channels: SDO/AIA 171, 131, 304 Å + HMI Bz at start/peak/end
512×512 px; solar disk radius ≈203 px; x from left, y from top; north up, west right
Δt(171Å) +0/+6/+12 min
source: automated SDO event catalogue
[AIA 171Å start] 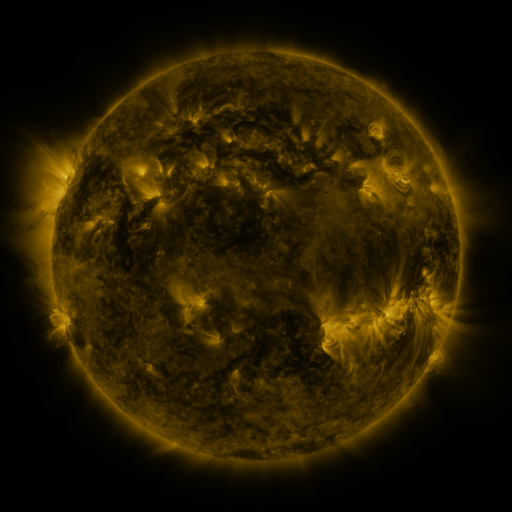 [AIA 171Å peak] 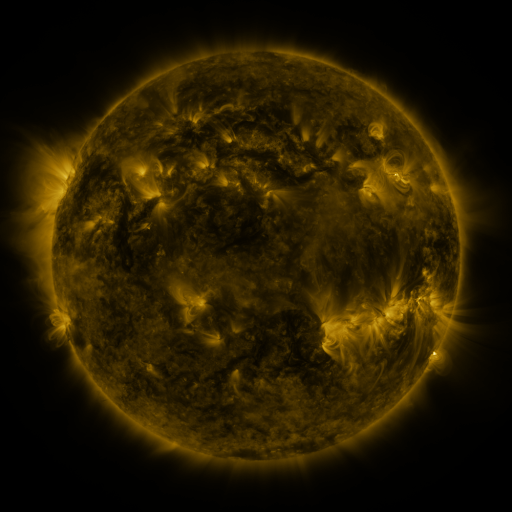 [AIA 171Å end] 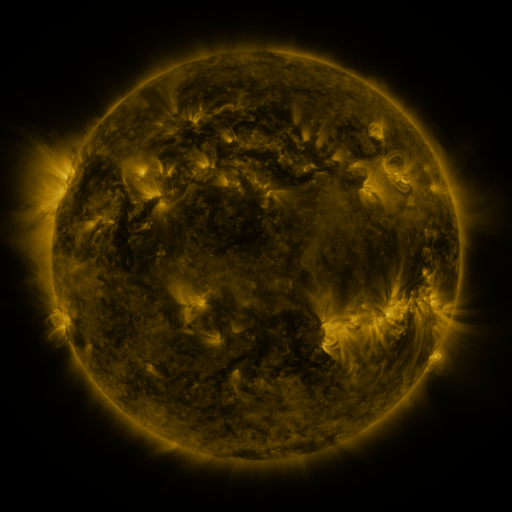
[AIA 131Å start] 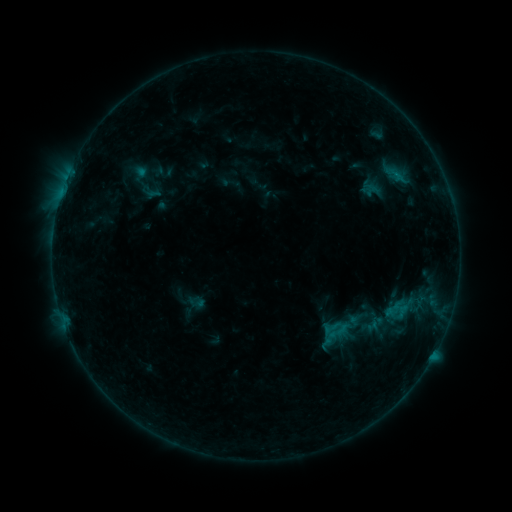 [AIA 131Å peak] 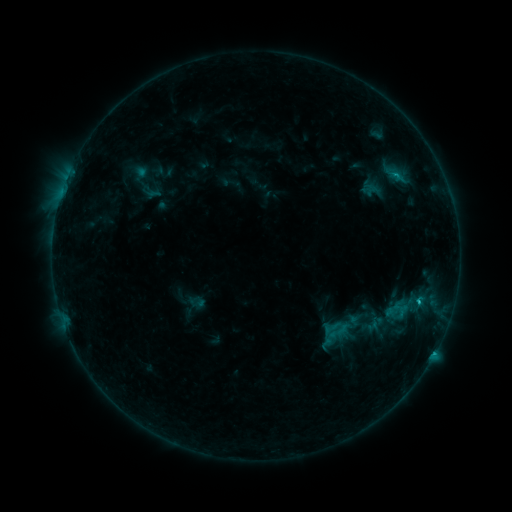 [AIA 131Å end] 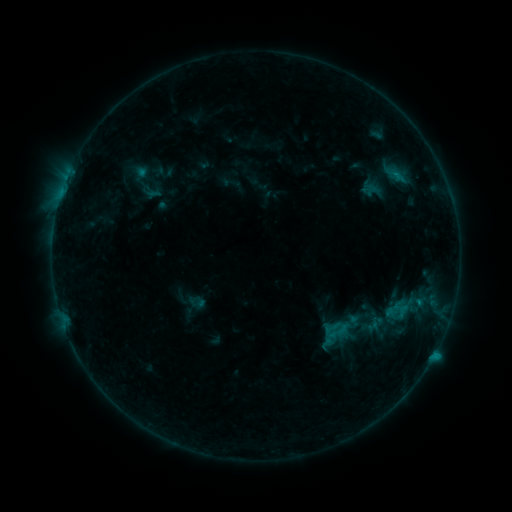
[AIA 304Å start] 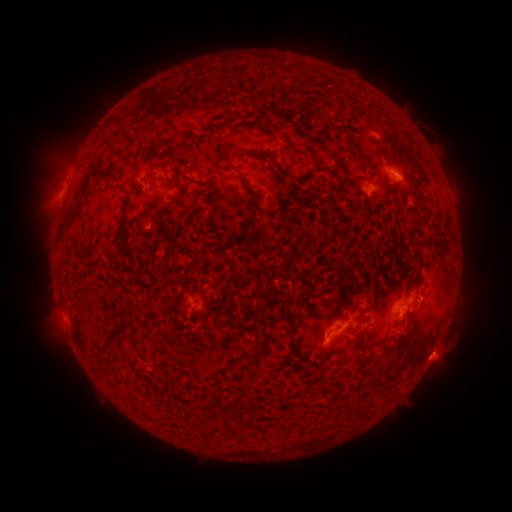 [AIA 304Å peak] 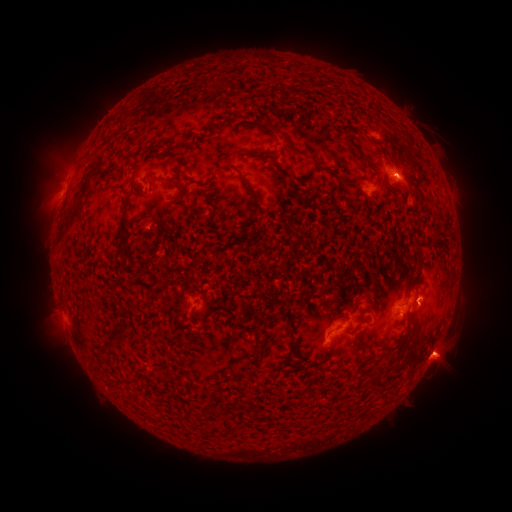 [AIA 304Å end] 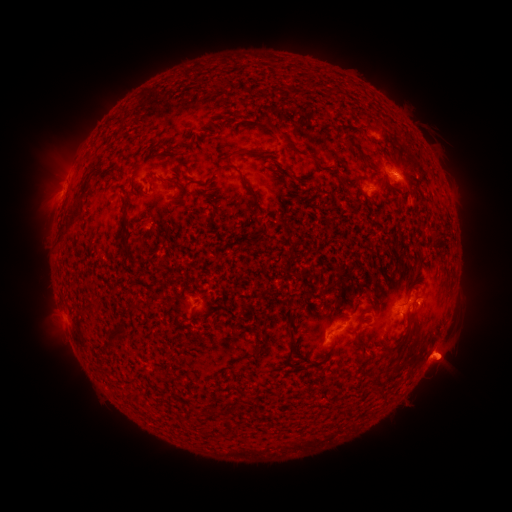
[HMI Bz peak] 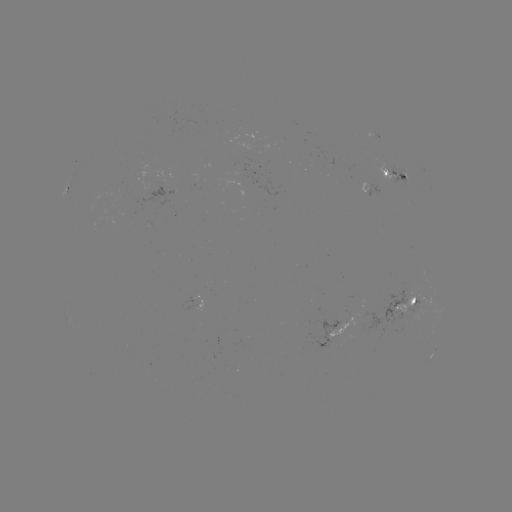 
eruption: <bbox>420, 328, 474, 386</bbox>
